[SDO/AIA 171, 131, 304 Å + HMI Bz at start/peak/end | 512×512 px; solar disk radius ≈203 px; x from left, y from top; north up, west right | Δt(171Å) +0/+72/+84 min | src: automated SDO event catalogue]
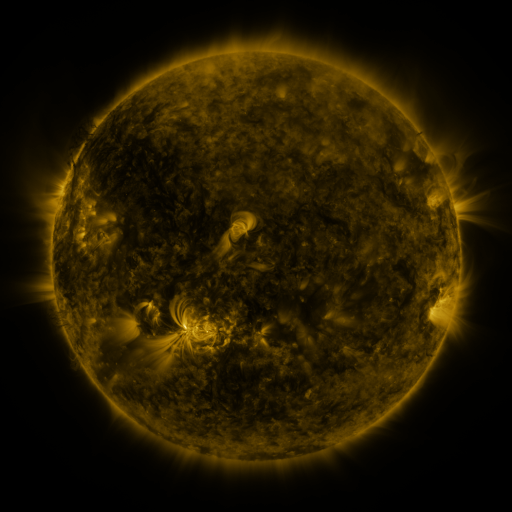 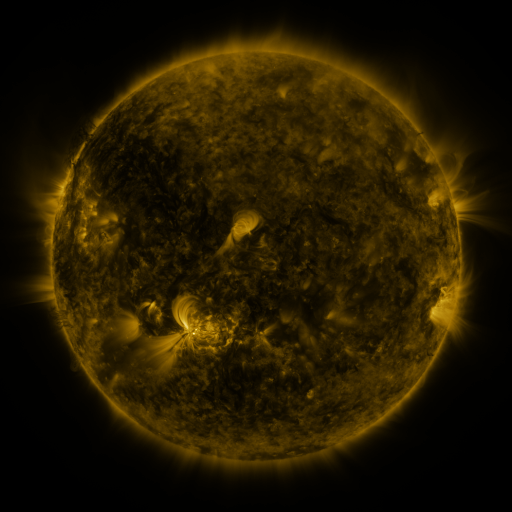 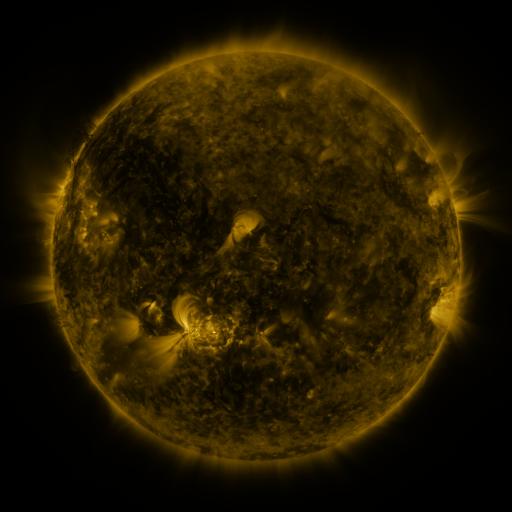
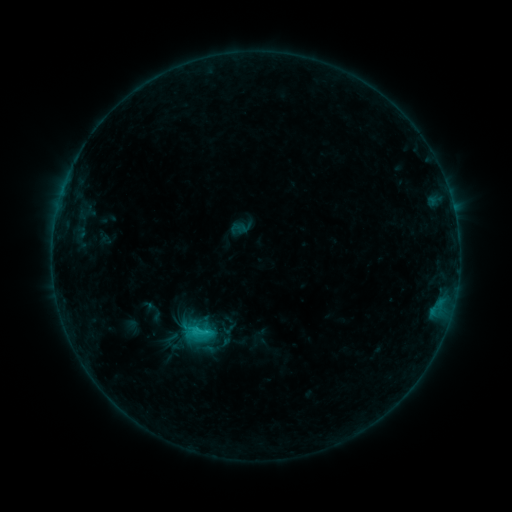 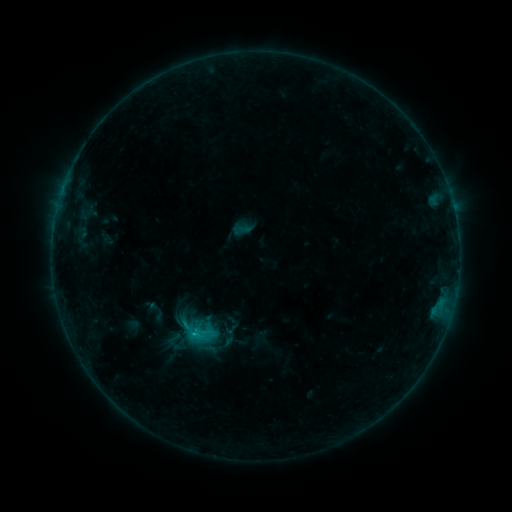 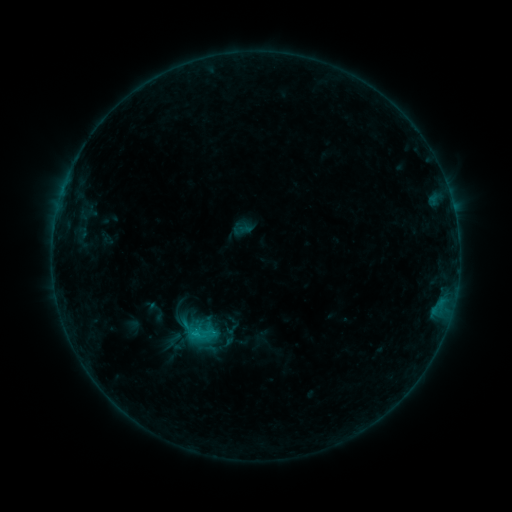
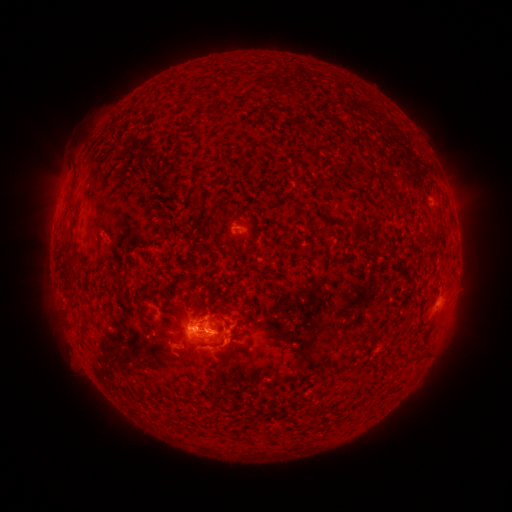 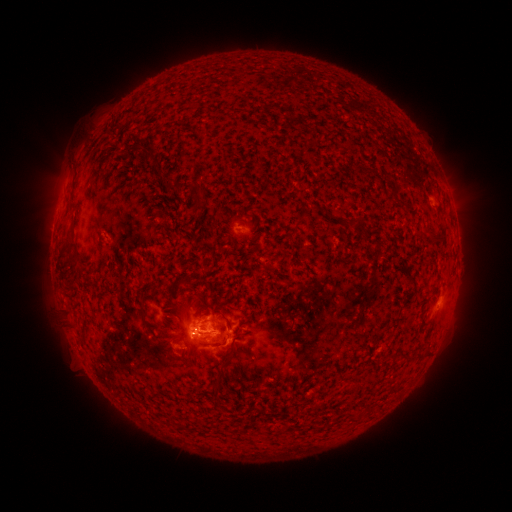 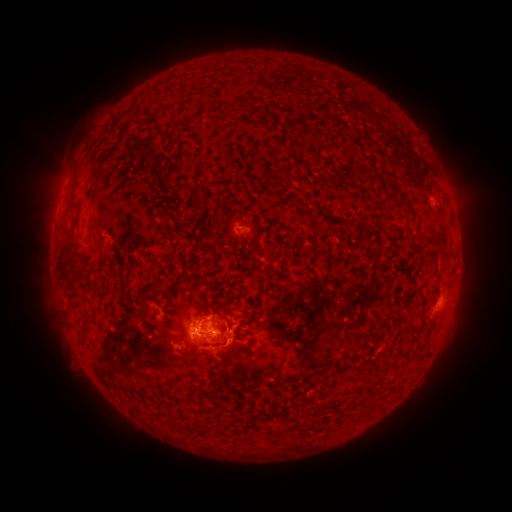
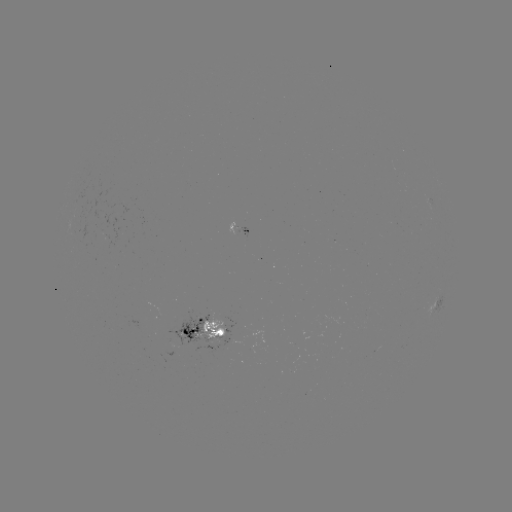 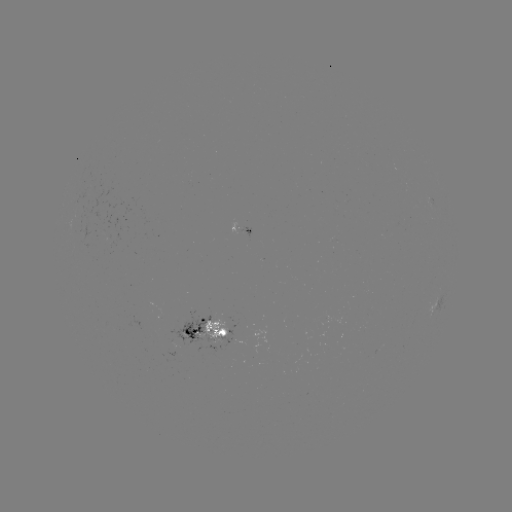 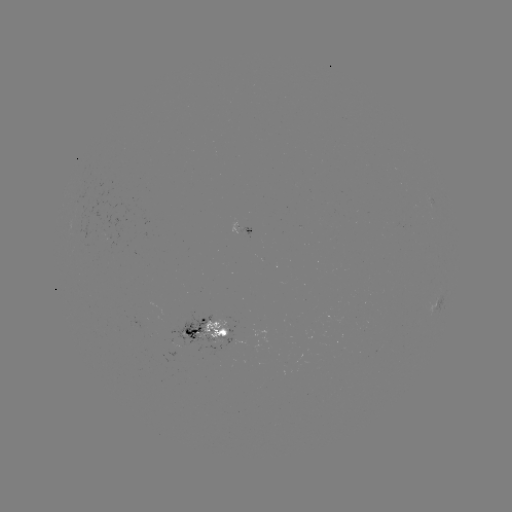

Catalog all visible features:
emerging-flux region: (195, 332)
